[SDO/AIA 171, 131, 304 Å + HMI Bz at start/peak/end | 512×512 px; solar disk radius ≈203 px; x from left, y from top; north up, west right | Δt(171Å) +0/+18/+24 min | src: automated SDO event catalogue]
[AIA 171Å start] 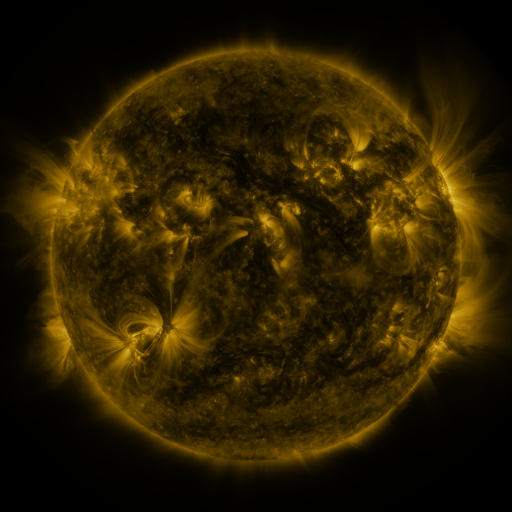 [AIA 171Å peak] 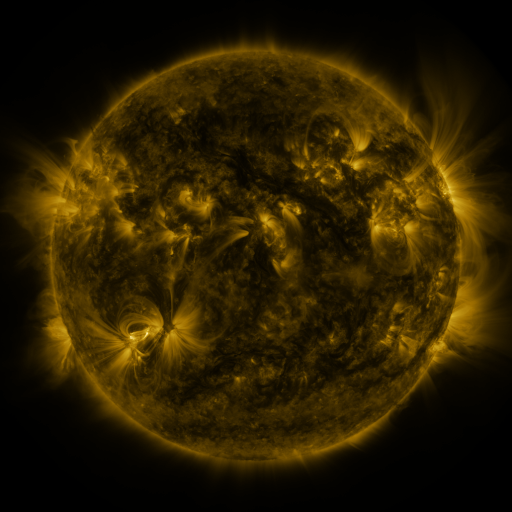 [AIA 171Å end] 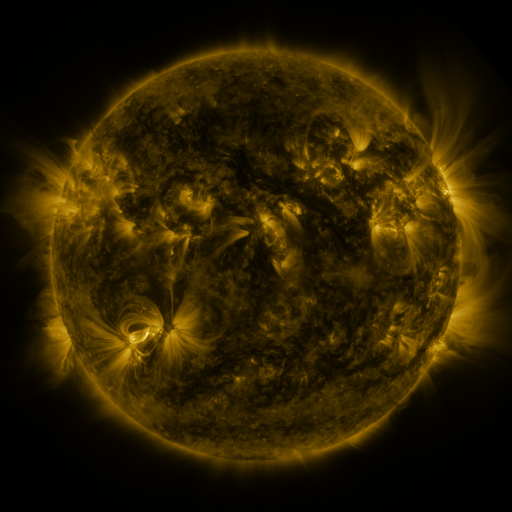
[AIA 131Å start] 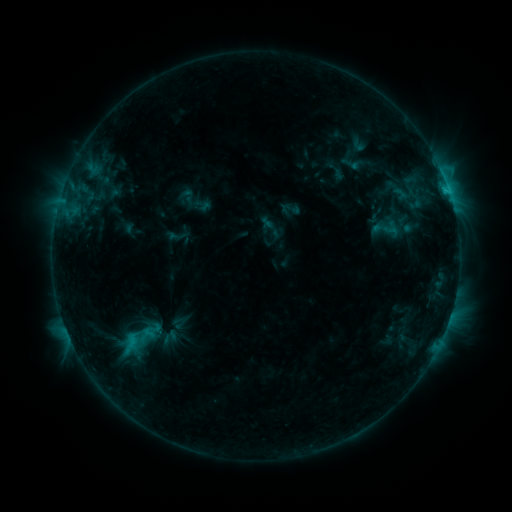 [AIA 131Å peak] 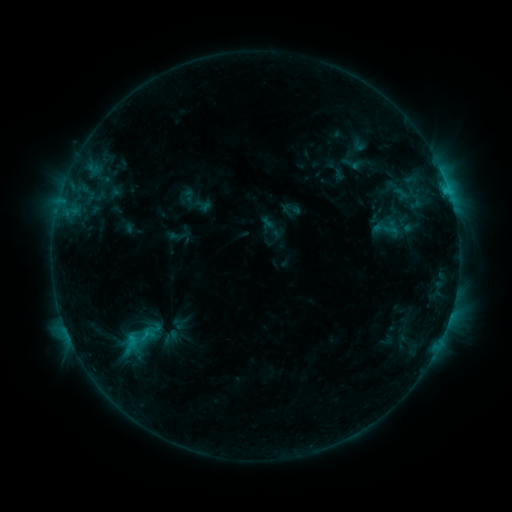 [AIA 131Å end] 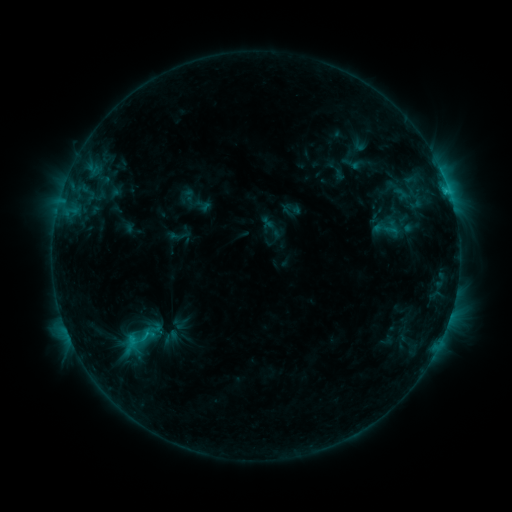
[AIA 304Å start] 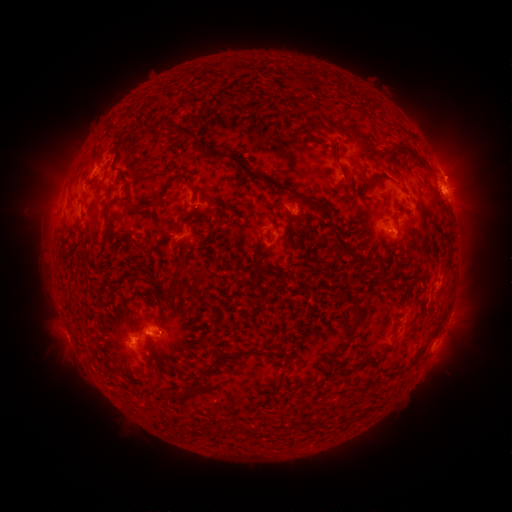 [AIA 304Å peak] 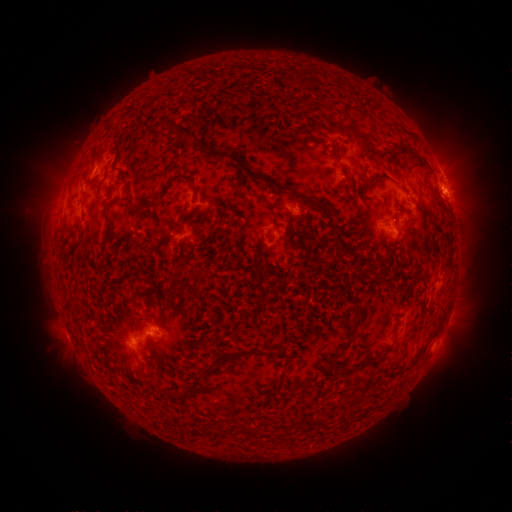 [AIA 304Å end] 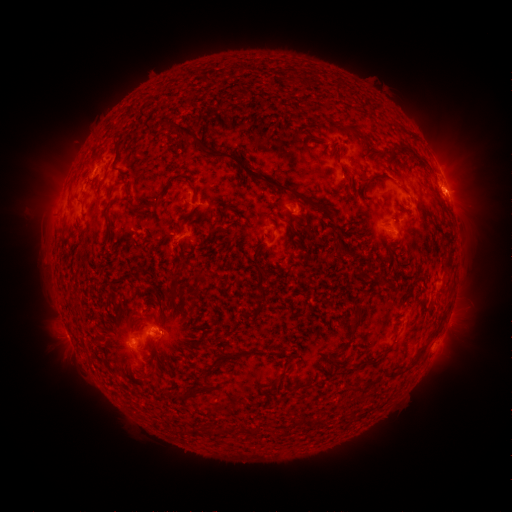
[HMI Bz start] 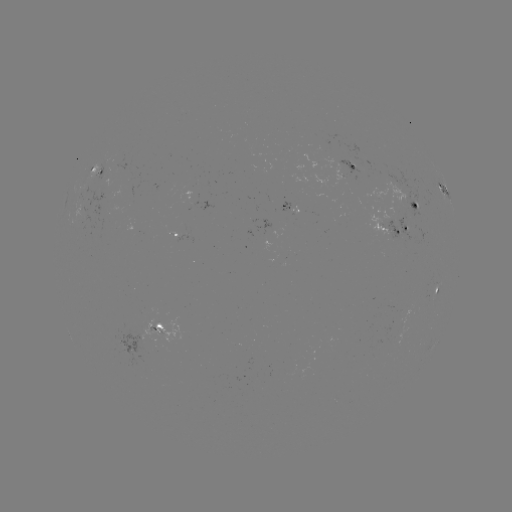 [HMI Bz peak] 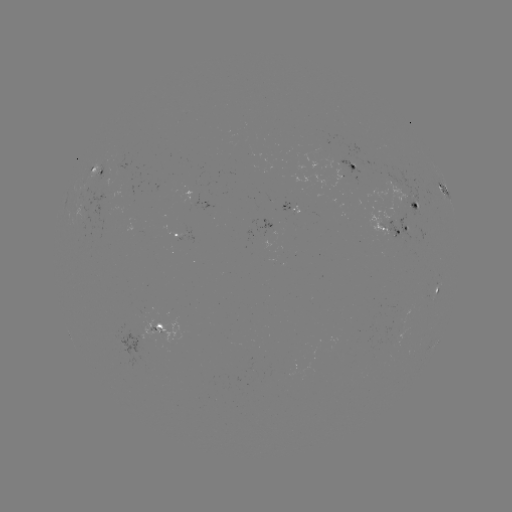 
no flare in any classed list; no EUV-trigger detection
